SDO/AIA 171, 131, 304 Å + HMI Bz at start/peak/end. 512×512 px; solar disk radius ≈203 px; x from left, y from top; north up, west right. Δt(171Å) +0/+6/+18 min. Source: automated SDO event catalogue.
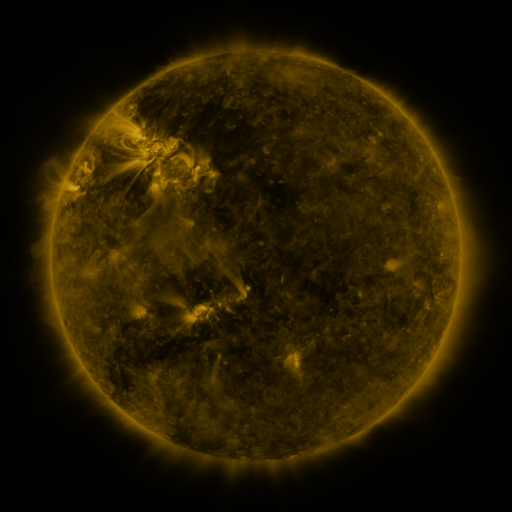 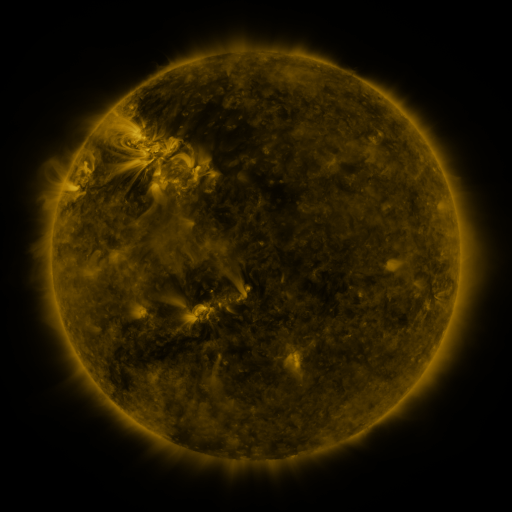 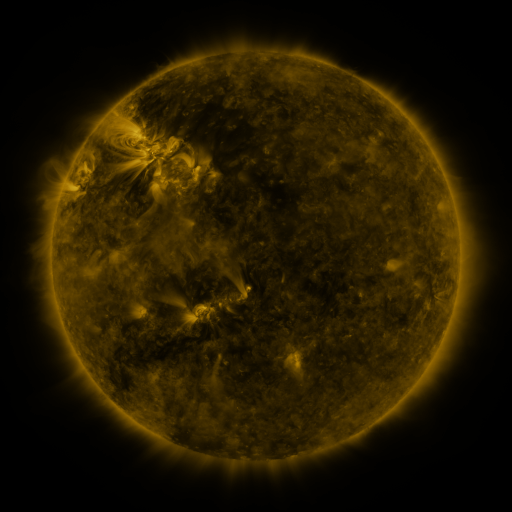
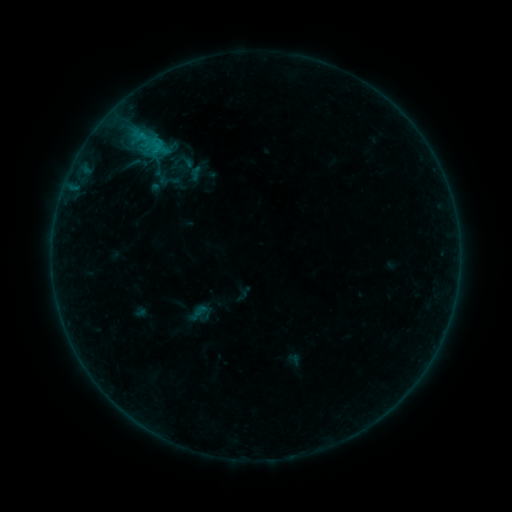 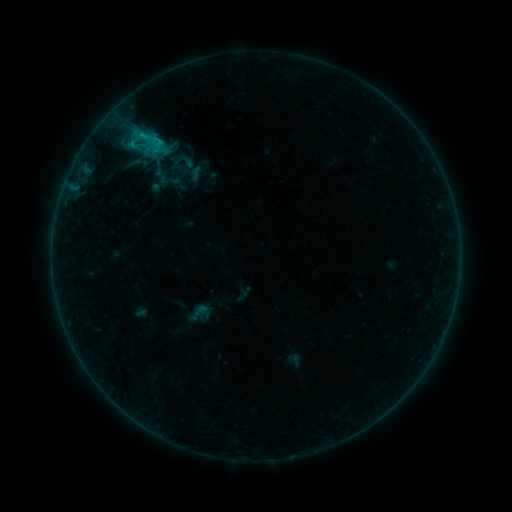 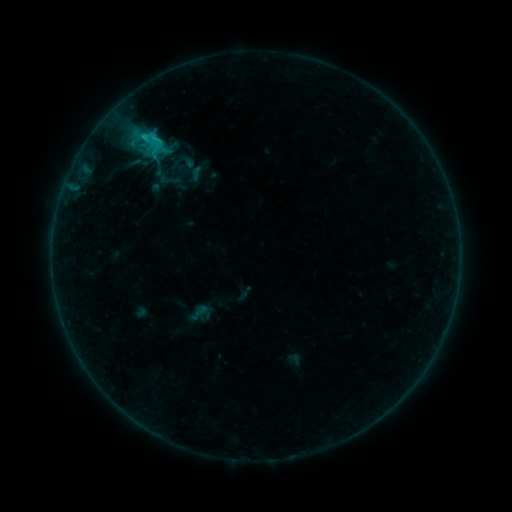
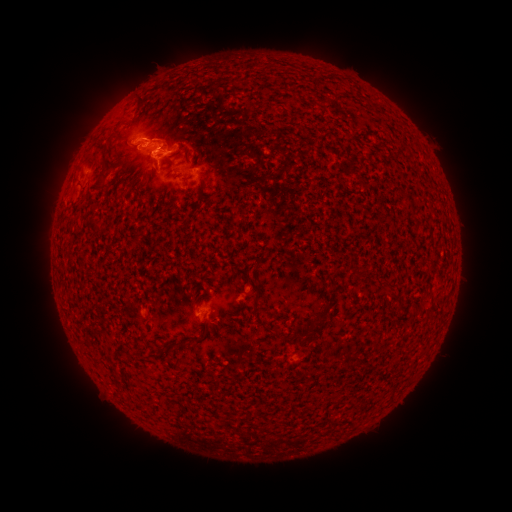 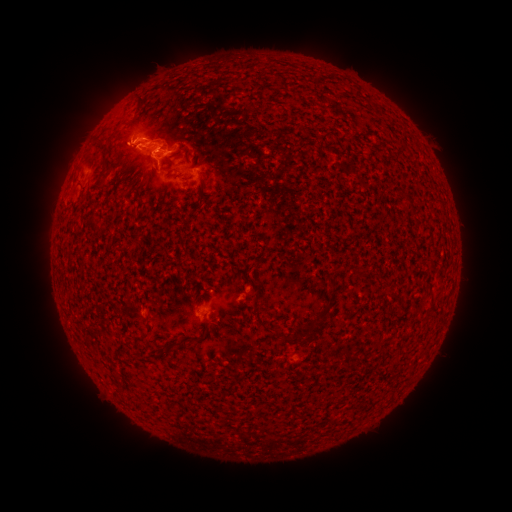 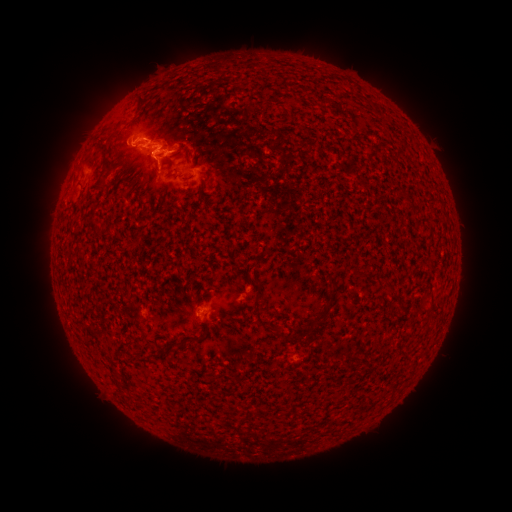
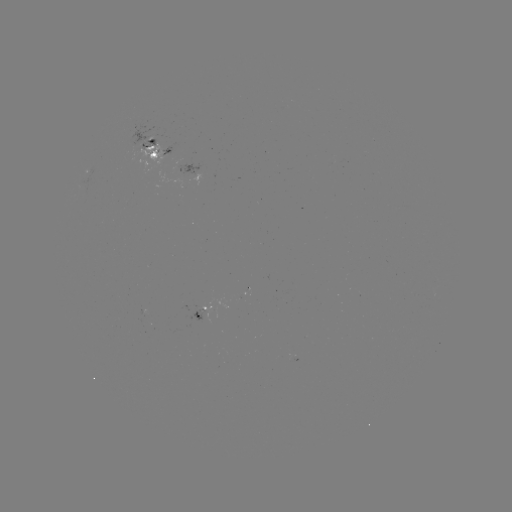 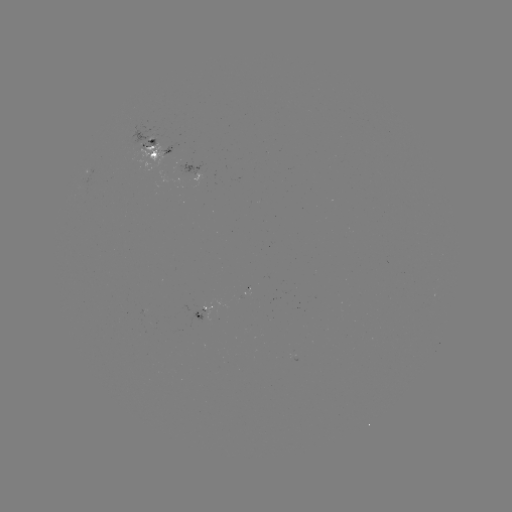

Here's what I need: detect eruption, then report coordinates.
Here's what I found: eruption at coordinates [121, 147].